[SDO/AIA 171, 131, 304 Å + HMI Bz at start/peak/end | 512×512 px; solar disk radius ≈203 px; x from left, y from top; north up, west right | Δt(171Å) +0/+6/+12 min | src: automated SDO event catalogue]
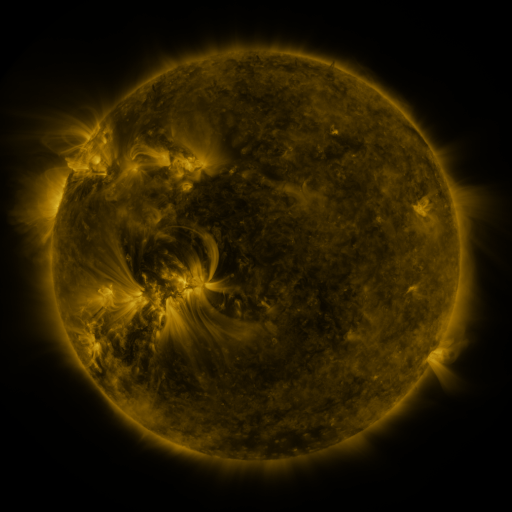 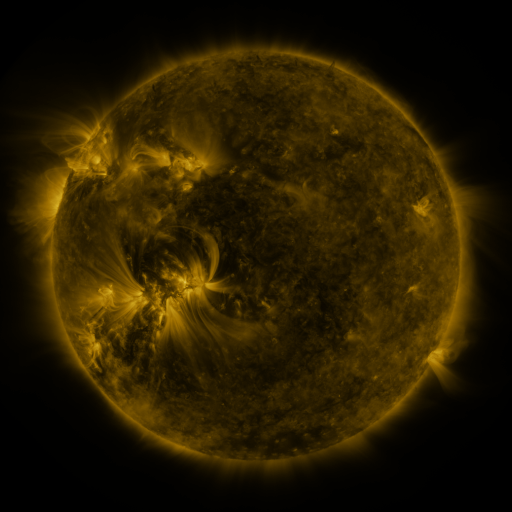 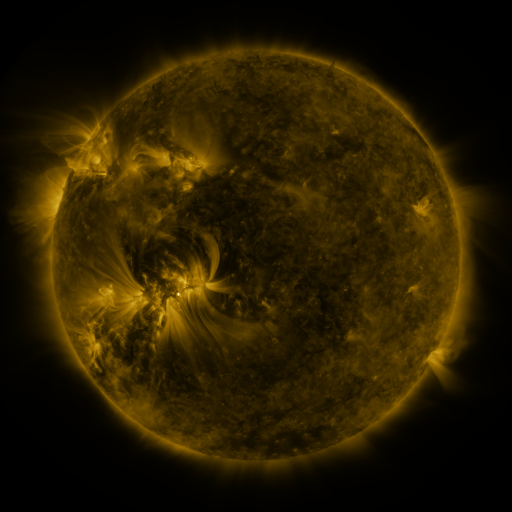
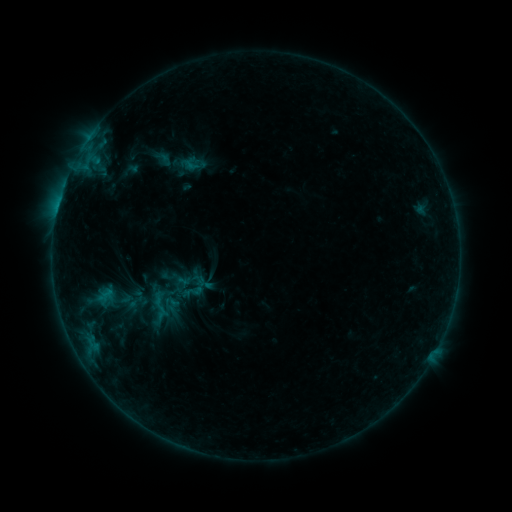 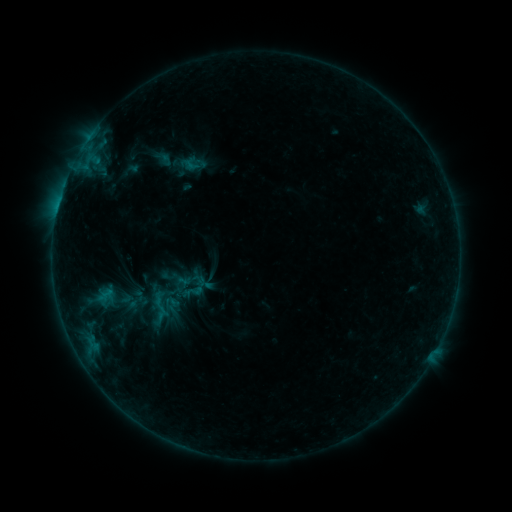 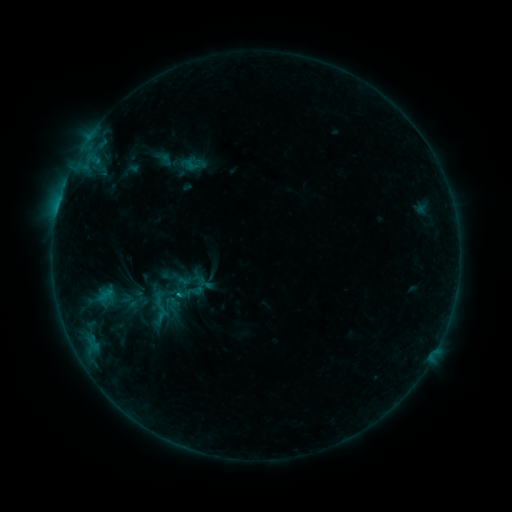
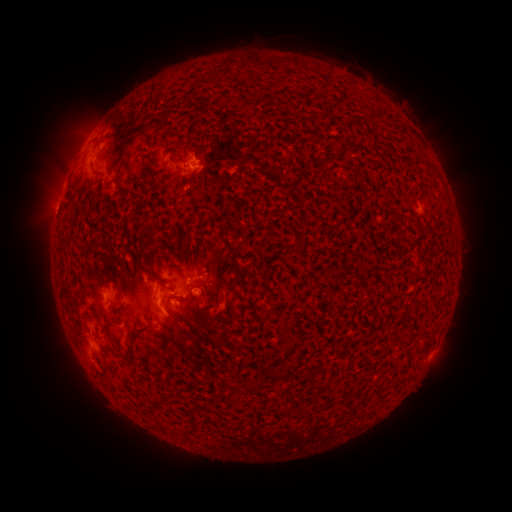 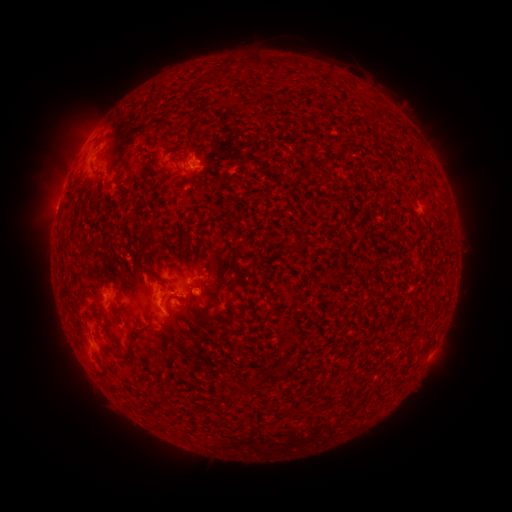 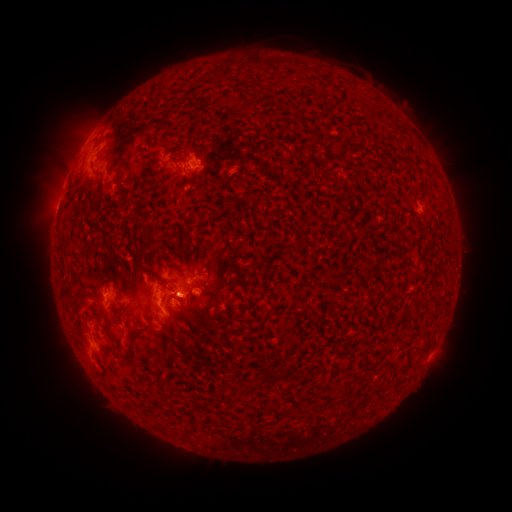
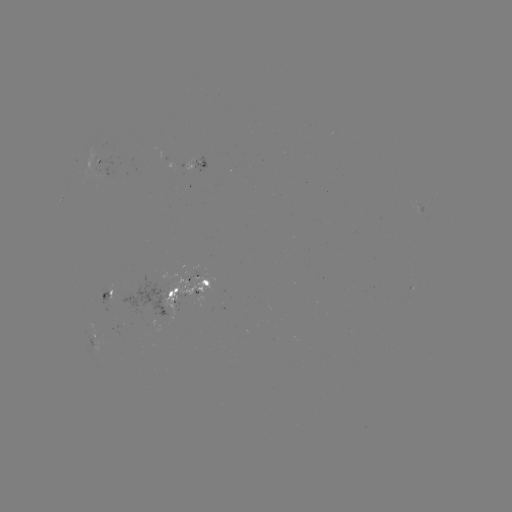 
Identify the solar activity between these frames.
B6.6 flare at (179, 293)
